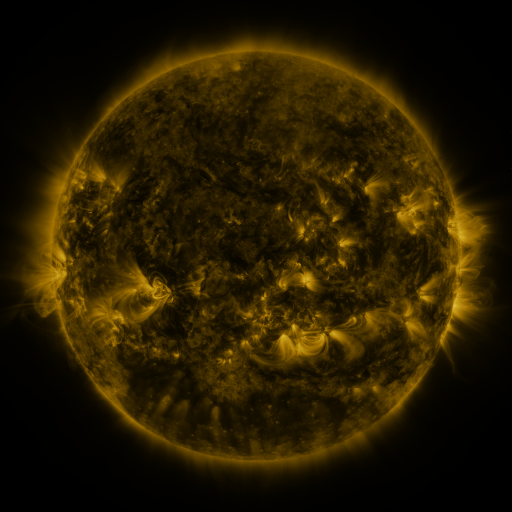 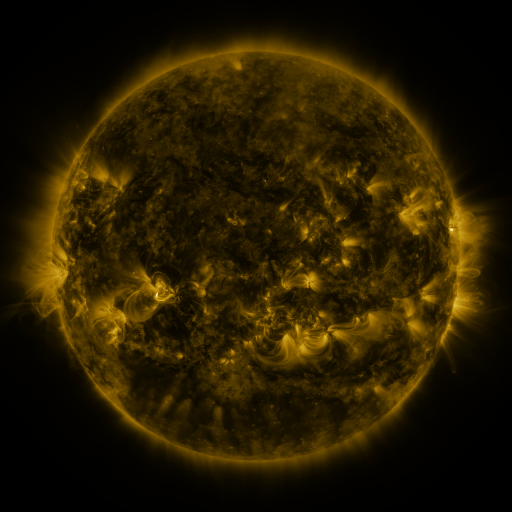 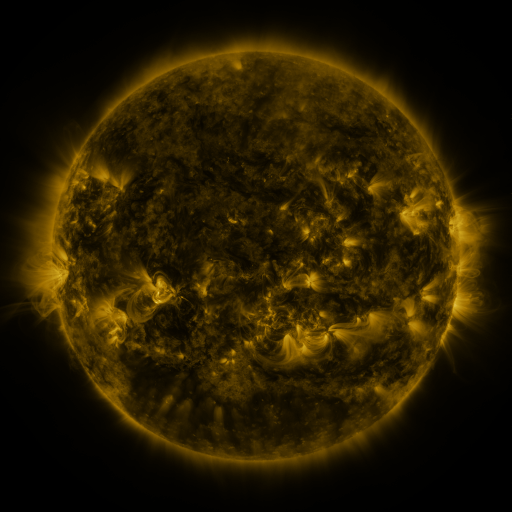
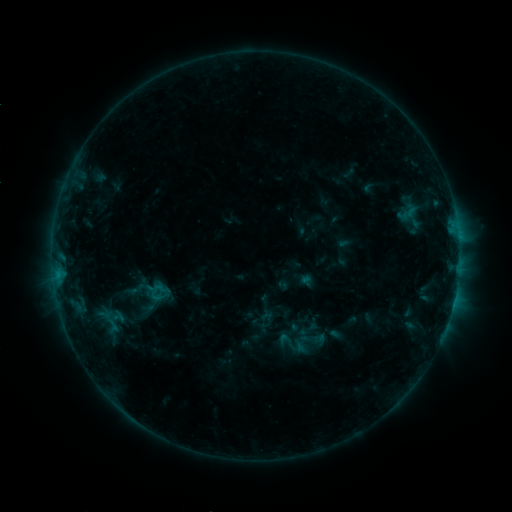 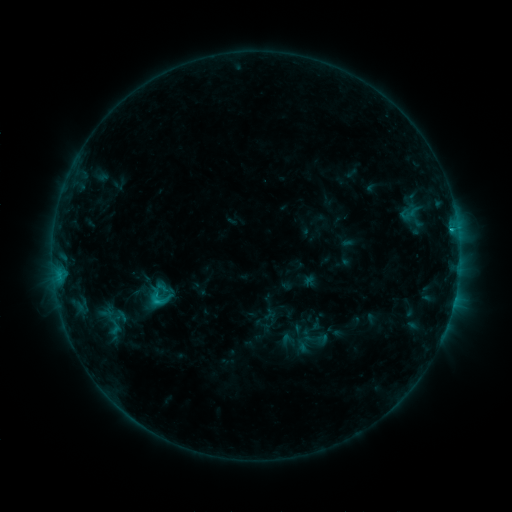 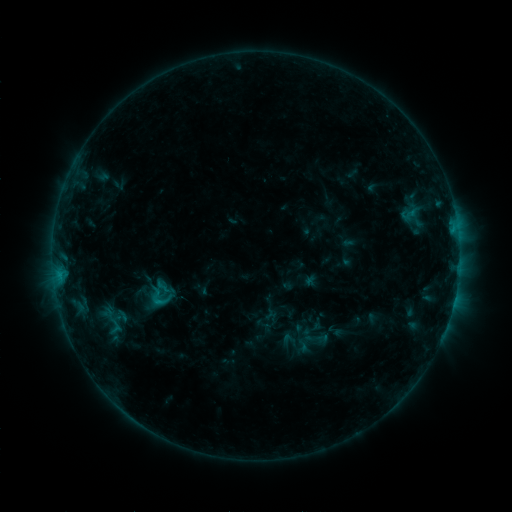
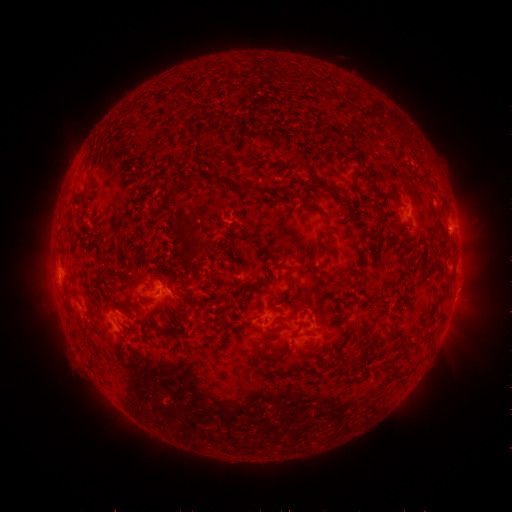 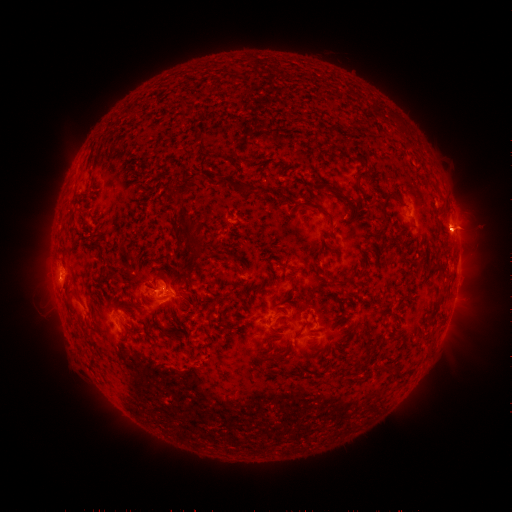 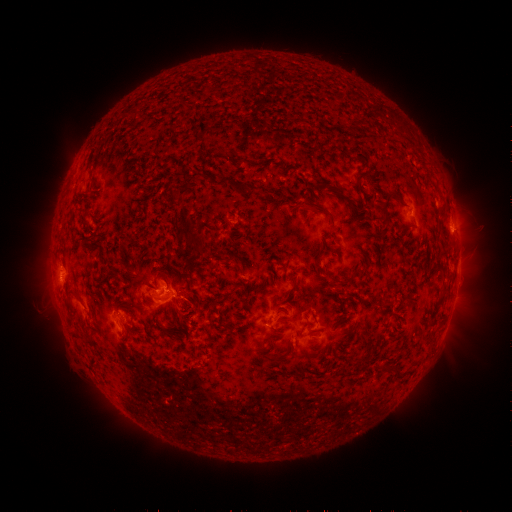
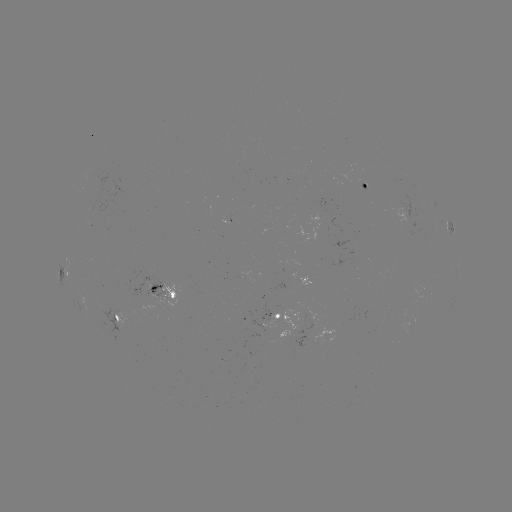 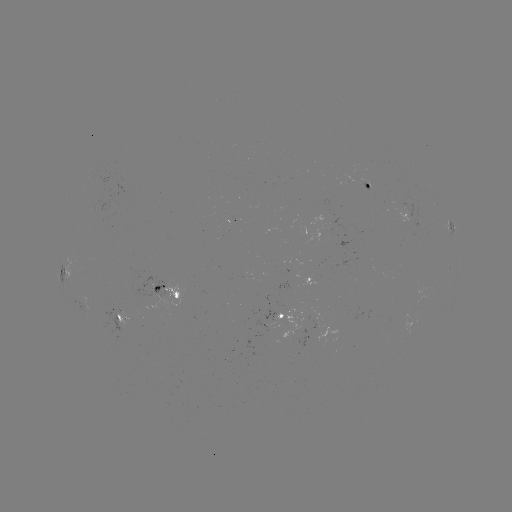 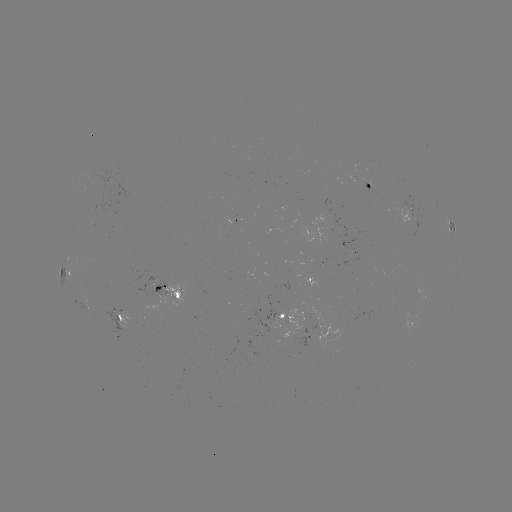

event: flare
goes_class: C1.6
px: (451, 232)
